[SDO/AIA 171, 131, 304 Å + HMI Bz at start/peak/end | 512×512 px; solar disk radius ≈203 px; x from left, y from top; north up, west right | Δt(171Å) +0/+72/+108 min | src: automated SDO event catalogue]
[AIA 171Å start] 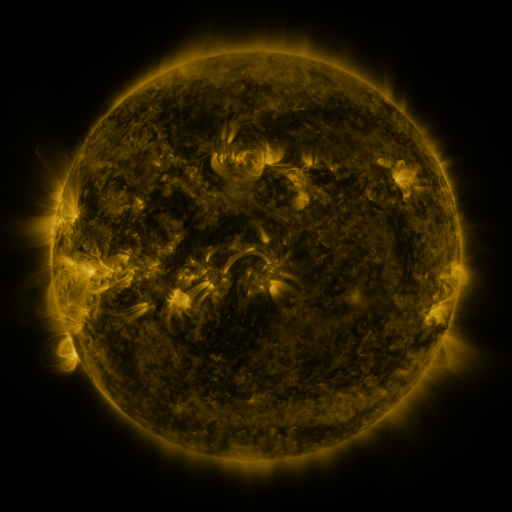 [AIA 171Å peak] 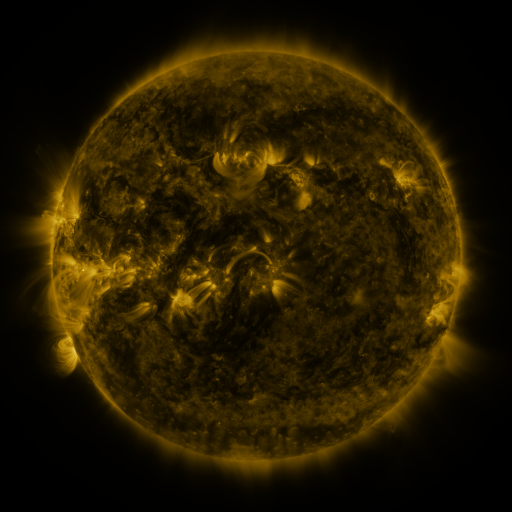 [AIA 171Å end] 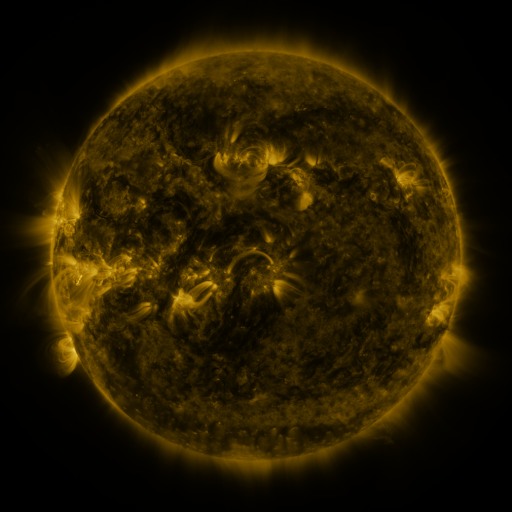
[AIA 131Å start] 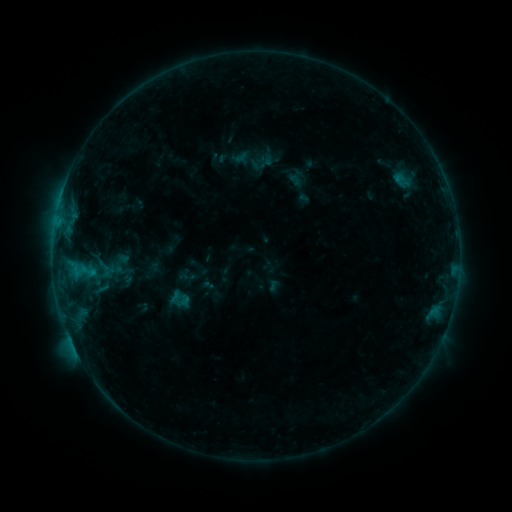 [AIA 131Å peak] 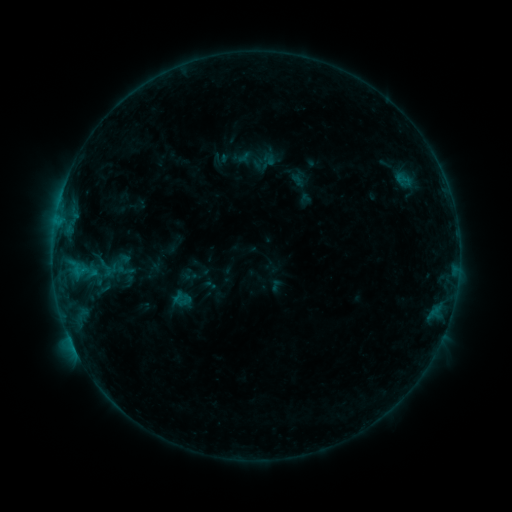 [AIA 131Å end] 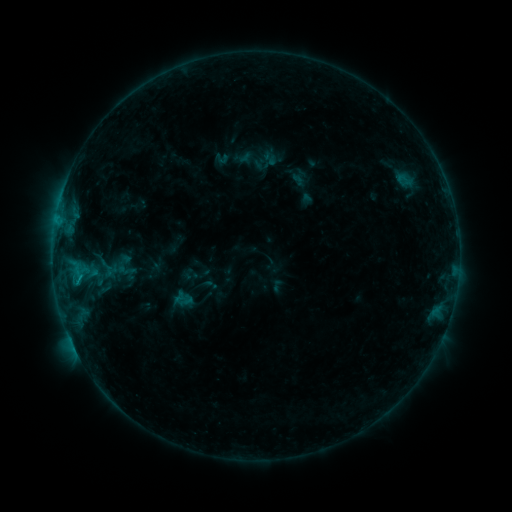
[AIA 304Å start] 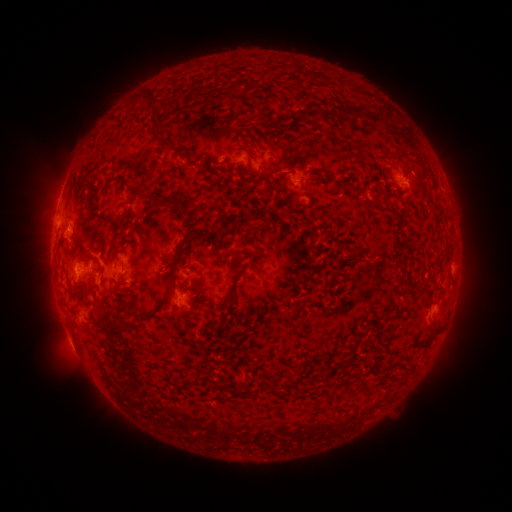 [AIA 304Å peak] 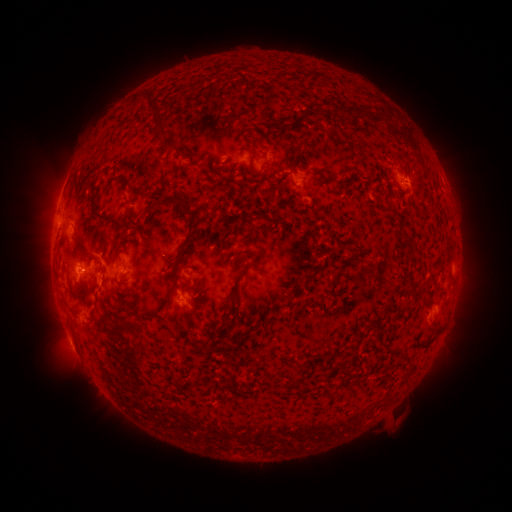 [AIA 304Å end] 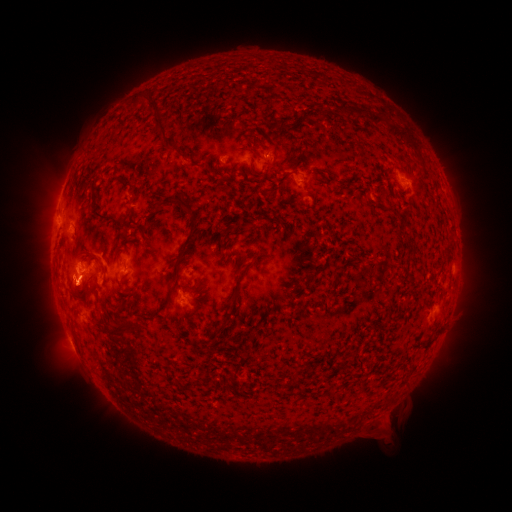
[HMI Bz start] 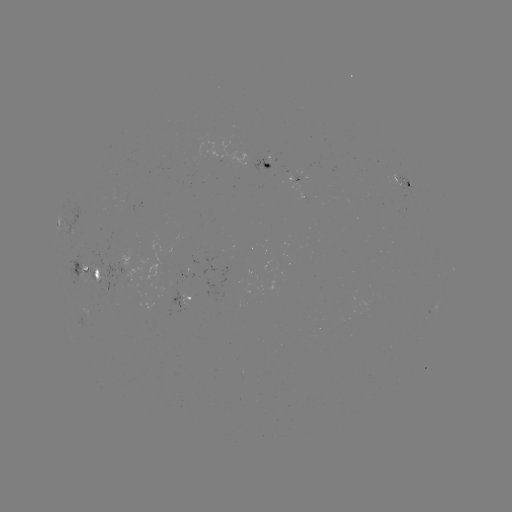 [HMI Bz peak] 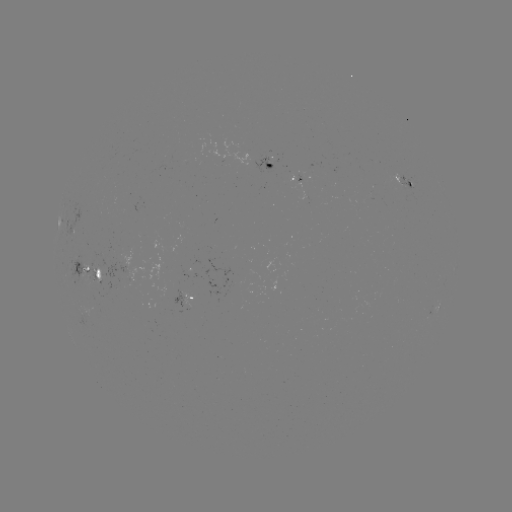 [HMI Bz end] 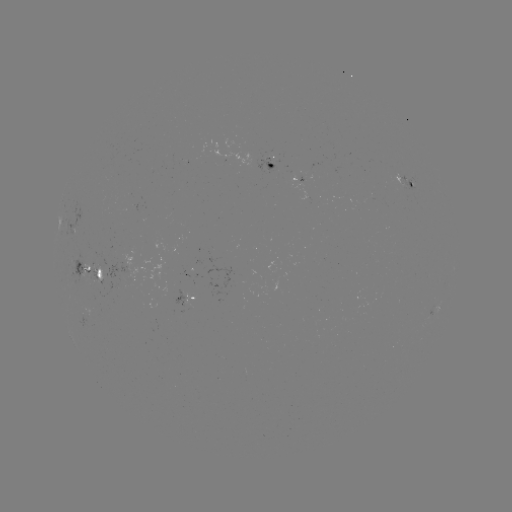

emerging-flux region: [86, 251, 162, 290]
